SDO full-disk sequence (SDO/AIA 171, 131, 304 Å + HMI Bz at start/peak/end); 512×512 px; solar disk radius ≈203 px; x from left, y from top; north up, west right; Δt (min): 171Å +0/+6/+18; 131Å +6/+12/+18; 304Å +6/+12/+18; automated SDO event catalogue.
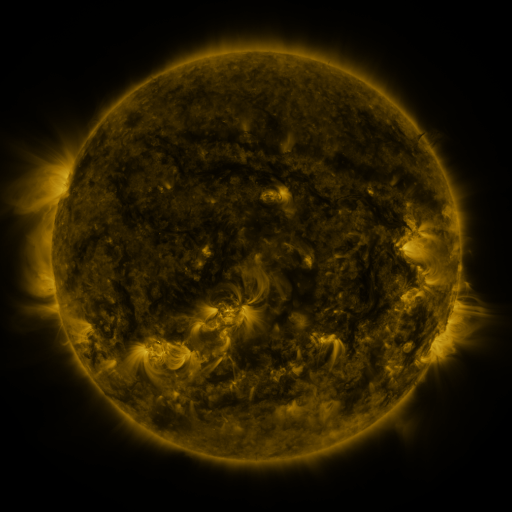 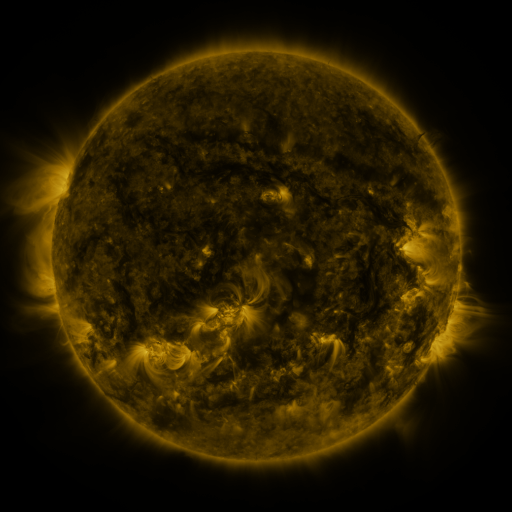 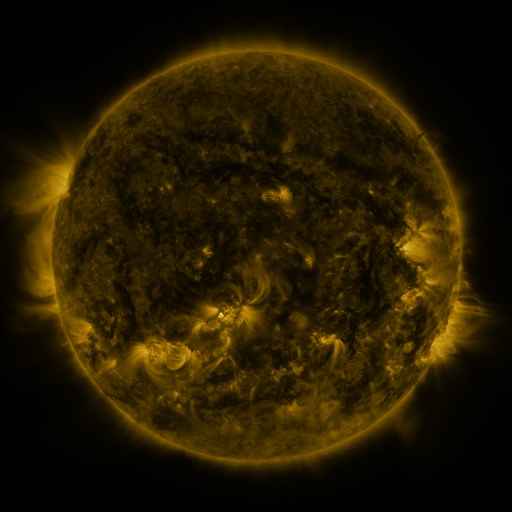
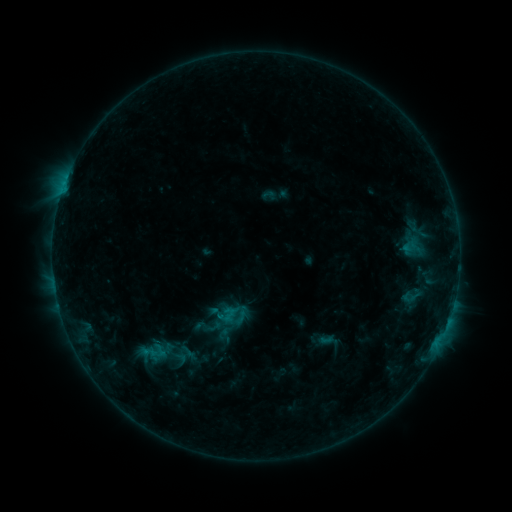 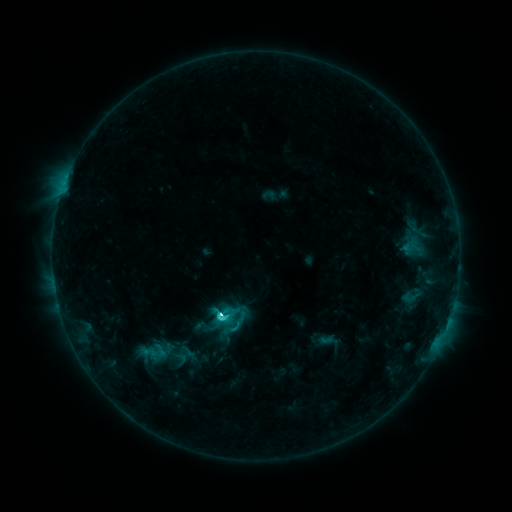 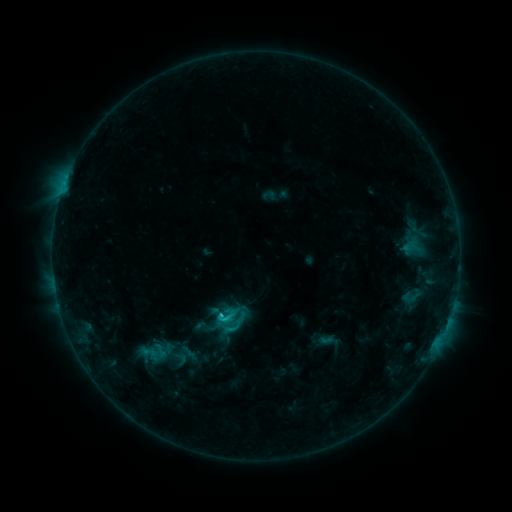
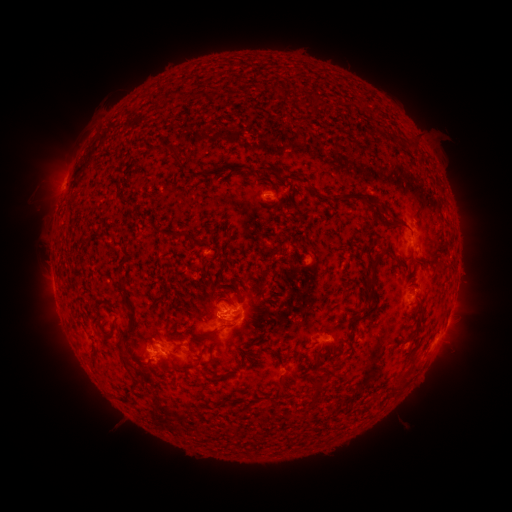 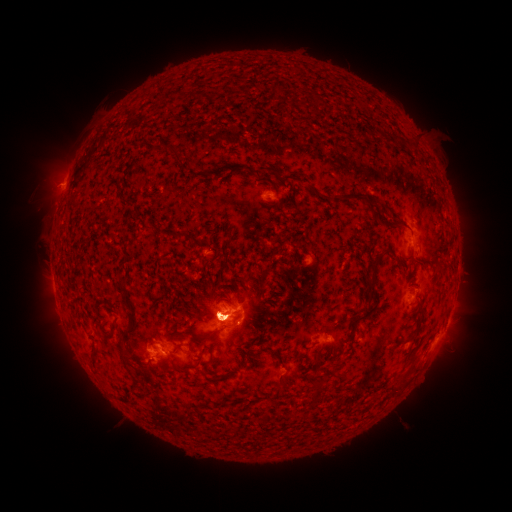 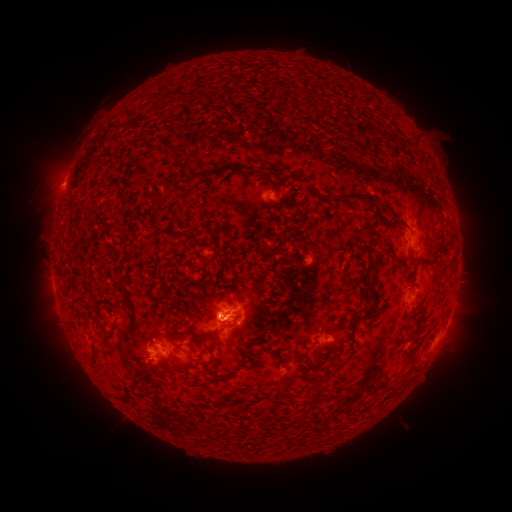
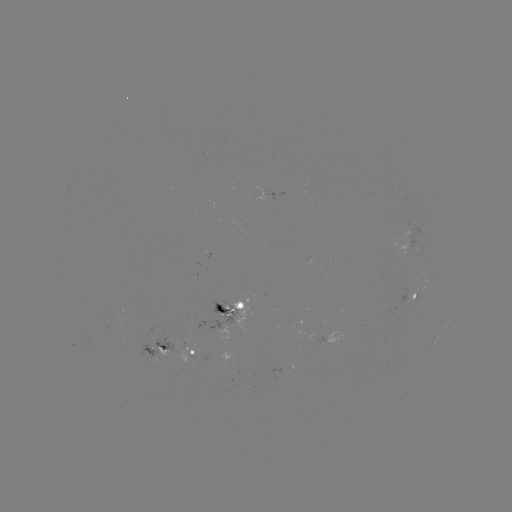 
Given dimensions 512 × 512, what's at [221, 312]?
C5.2 flare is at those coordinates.